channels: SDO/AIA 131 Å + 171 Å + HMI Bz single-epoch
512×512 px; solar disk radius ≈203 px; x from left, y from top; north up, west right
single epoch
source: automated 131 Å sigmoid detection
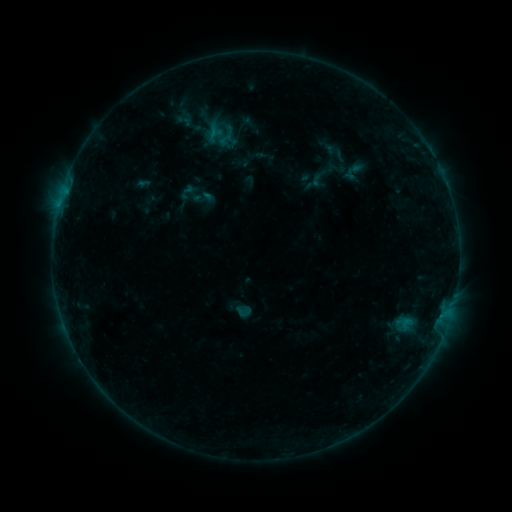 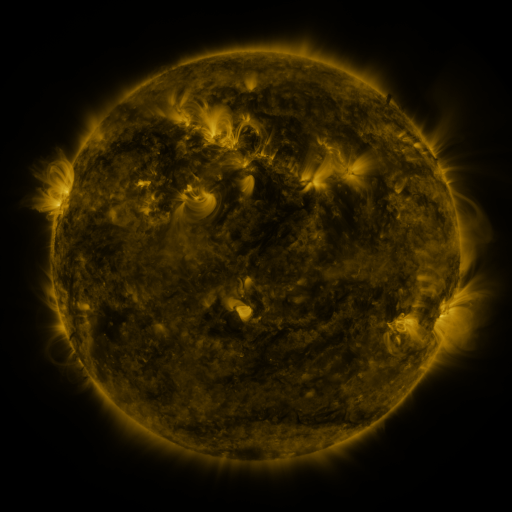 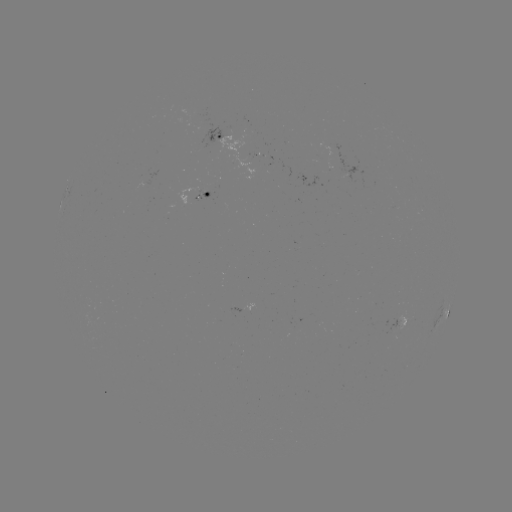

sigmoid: (207, 125, 230, 148)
